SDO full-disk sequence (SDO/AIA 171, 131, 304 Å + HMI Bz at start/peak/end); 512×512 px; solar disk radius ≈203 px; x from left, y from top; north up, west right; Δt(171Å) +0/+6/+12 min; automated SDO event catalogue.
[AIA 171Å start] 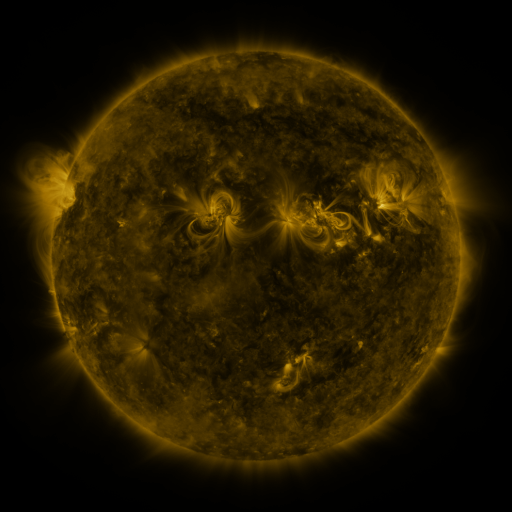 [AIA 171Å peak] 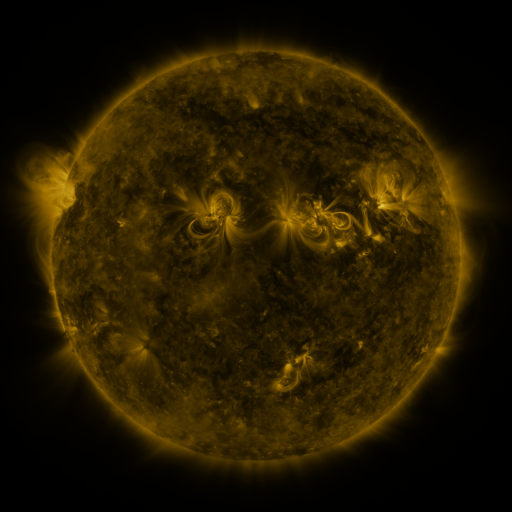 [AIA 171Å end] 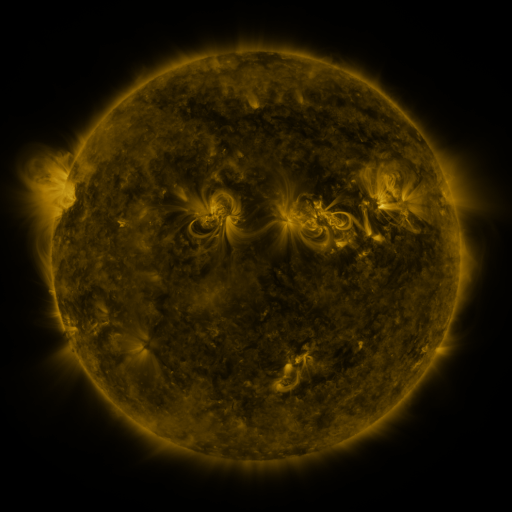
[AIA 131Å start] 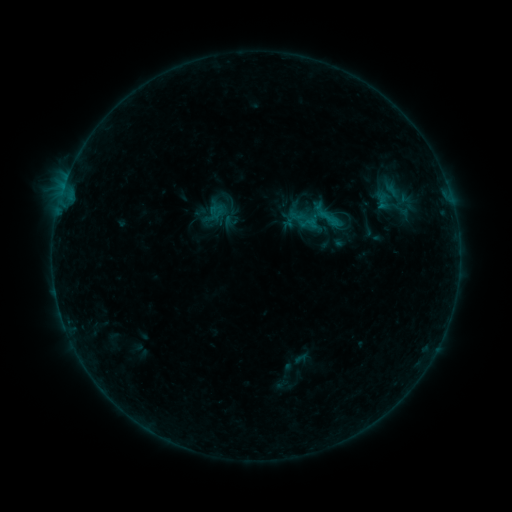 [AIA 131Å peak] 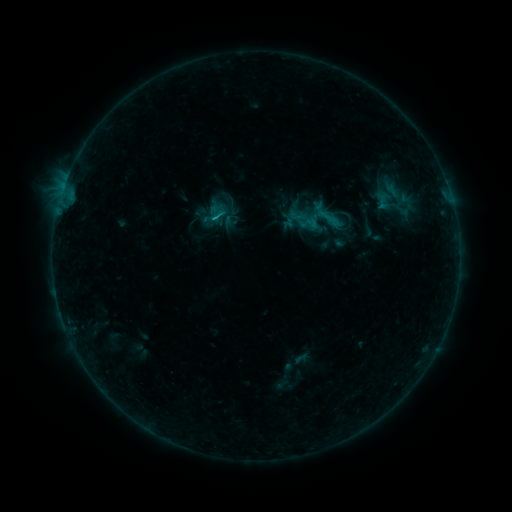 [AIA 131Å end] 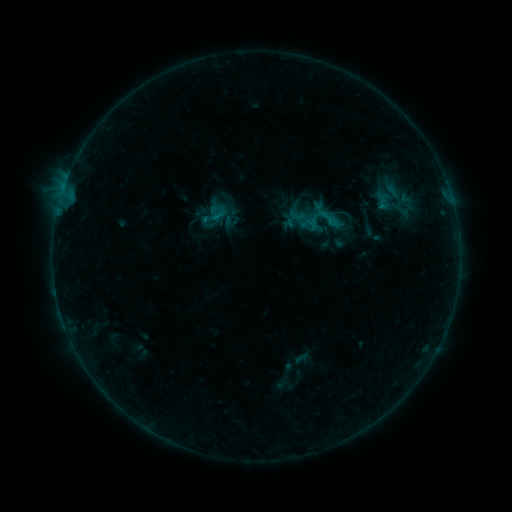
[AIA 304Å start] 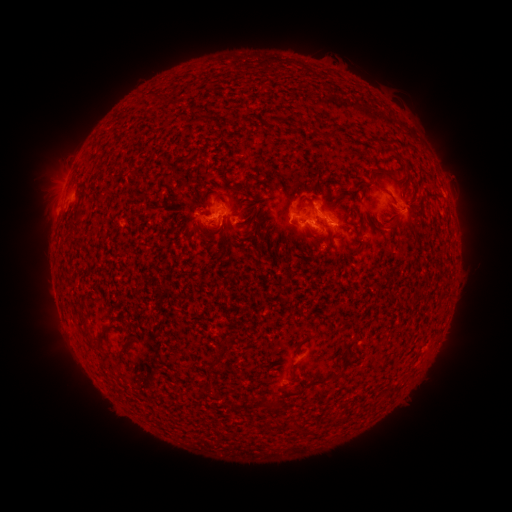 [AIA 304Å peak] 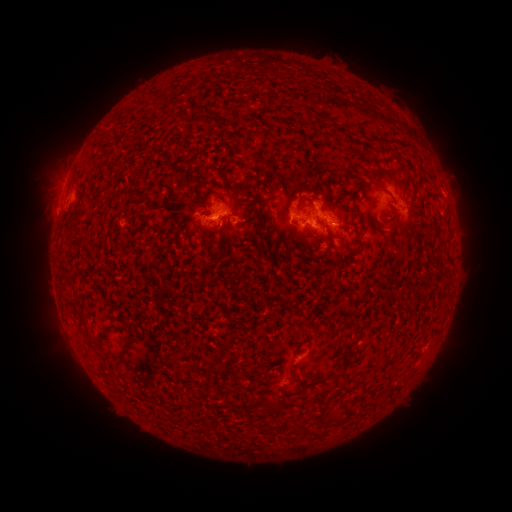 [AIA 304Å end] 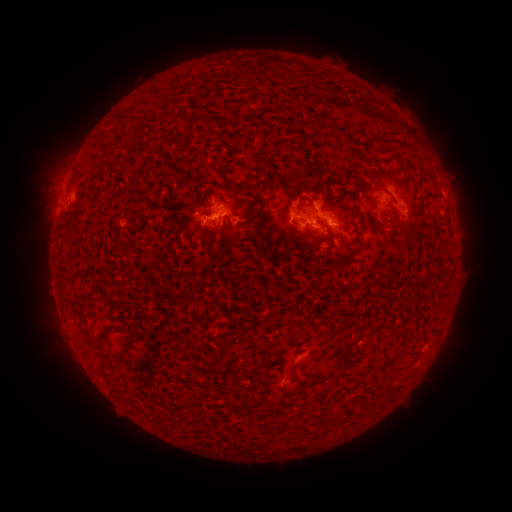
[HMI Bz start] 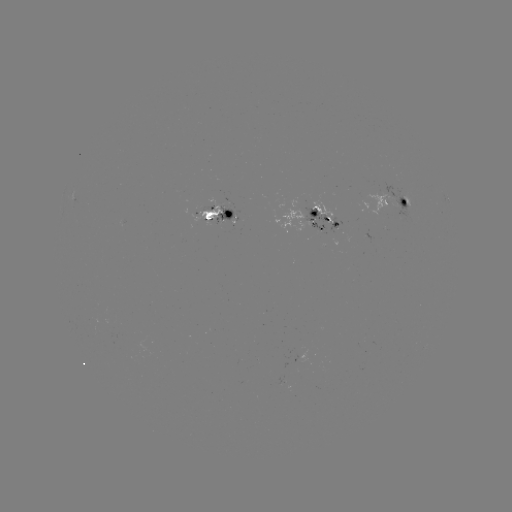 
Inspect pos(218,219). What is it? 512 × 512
B8.5 flare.